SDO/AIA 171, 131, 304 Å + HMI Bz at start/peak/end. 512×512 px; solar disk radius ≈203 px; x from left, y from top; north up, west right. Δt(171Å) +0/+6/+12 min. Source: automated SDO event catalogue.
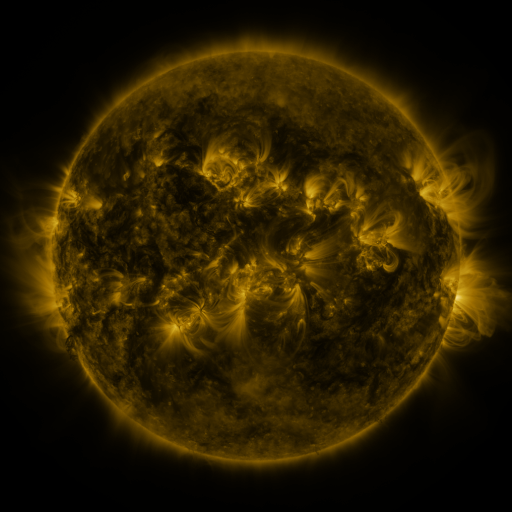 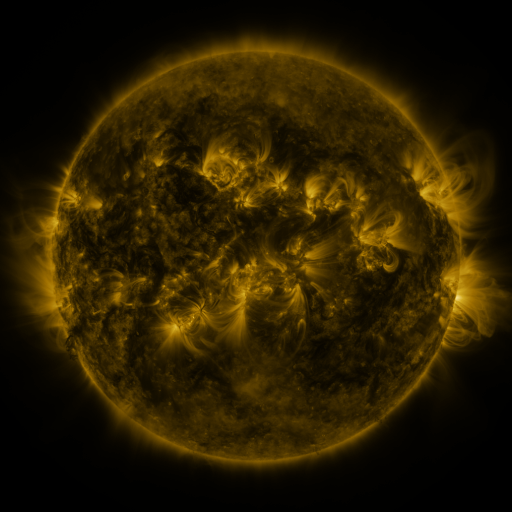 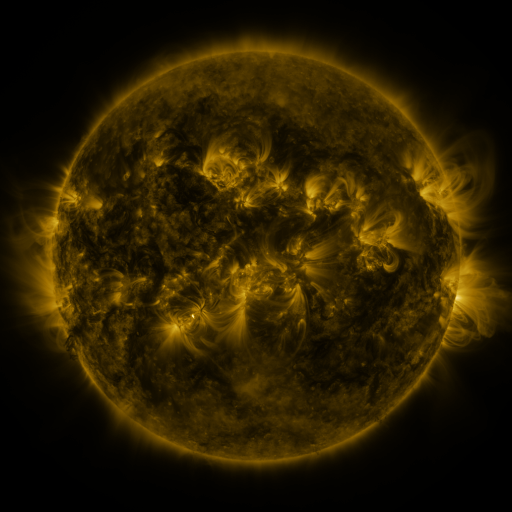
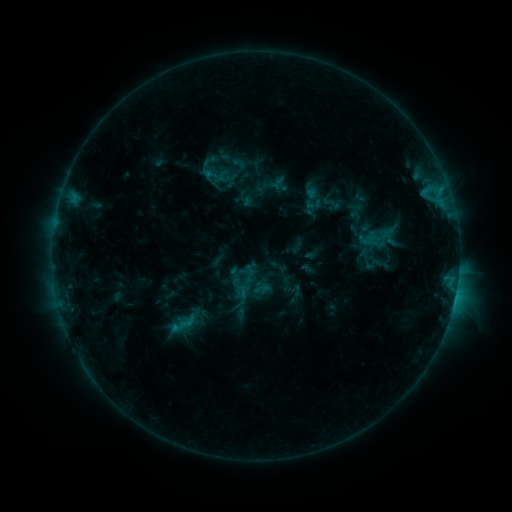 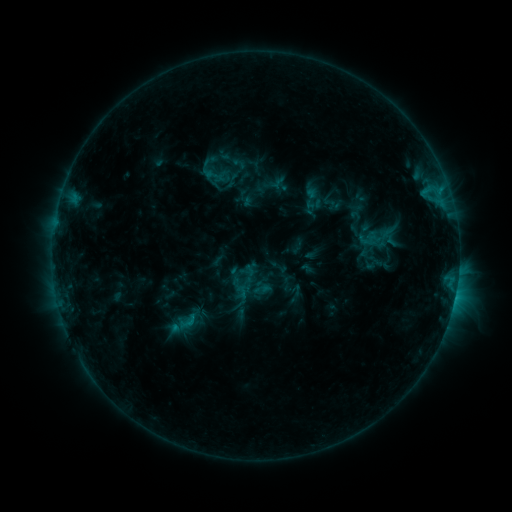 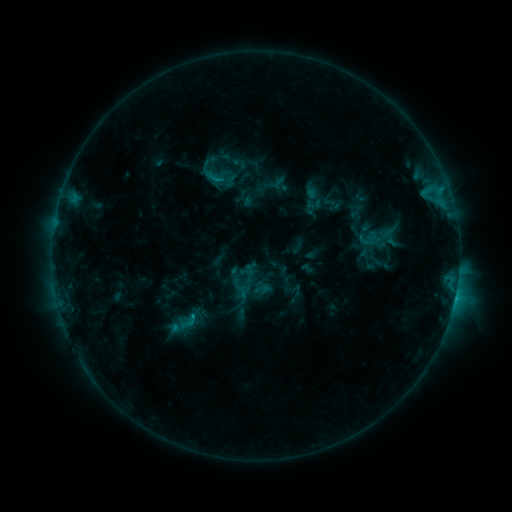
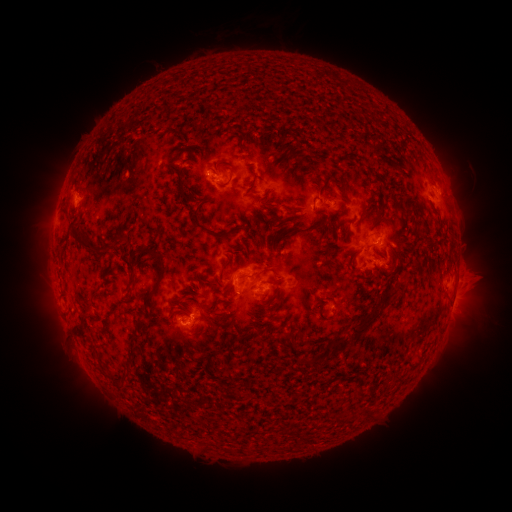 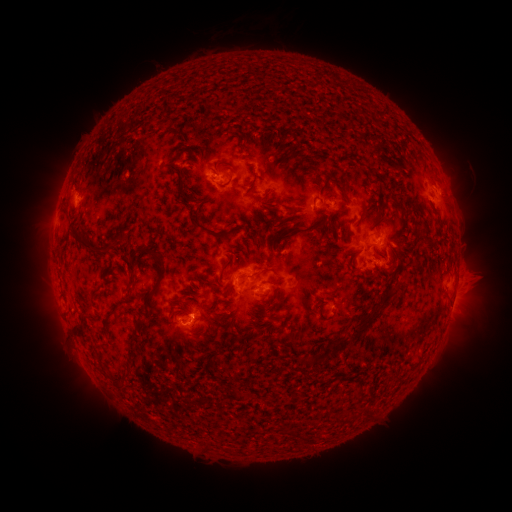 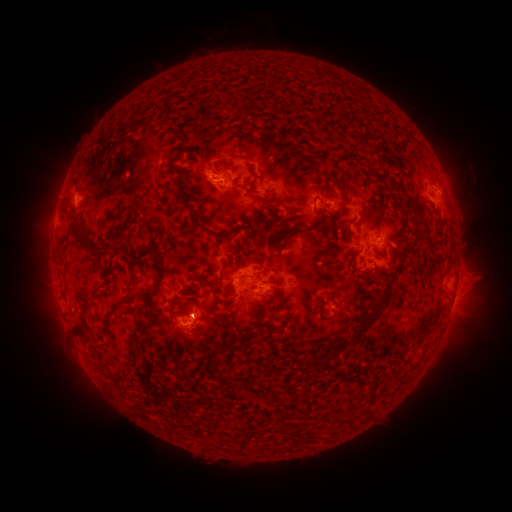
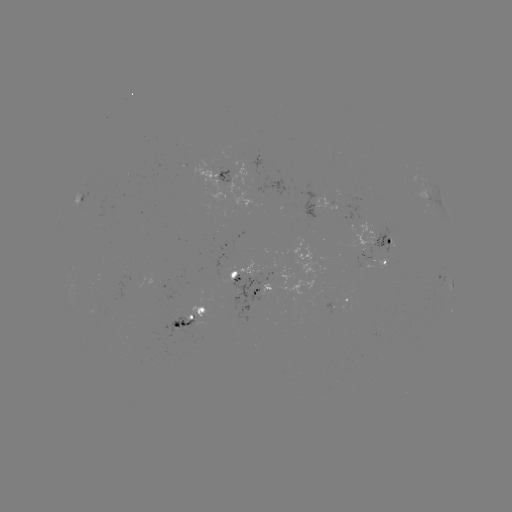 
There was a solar eruption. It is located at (467, 304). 